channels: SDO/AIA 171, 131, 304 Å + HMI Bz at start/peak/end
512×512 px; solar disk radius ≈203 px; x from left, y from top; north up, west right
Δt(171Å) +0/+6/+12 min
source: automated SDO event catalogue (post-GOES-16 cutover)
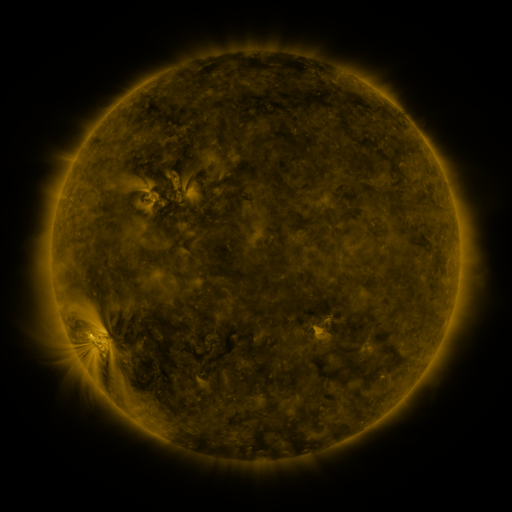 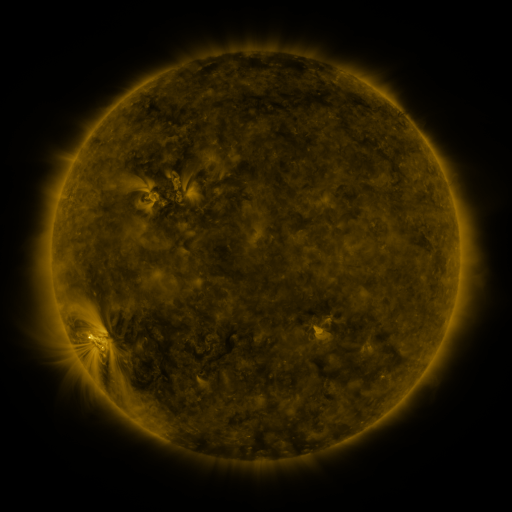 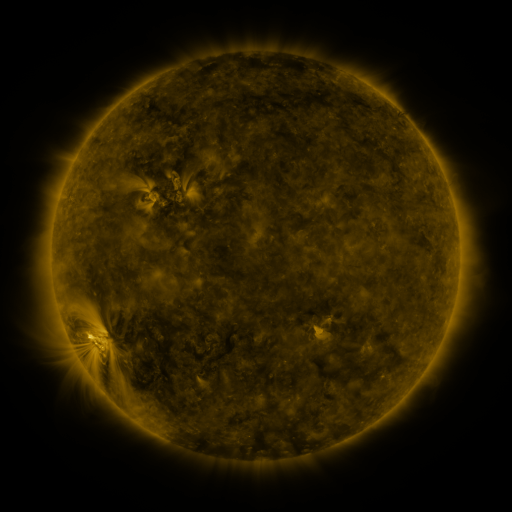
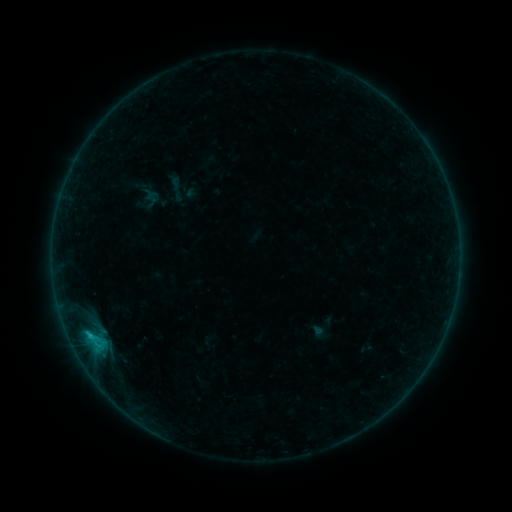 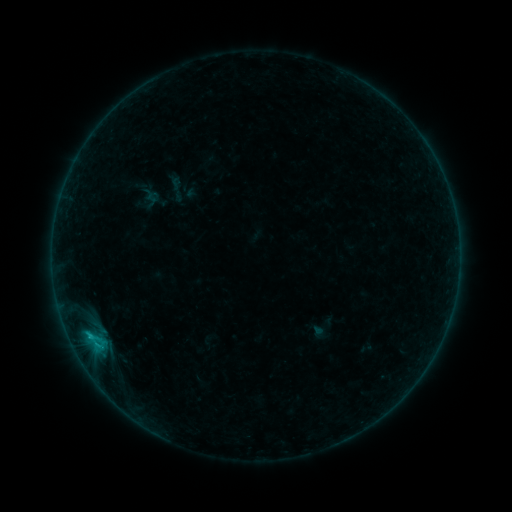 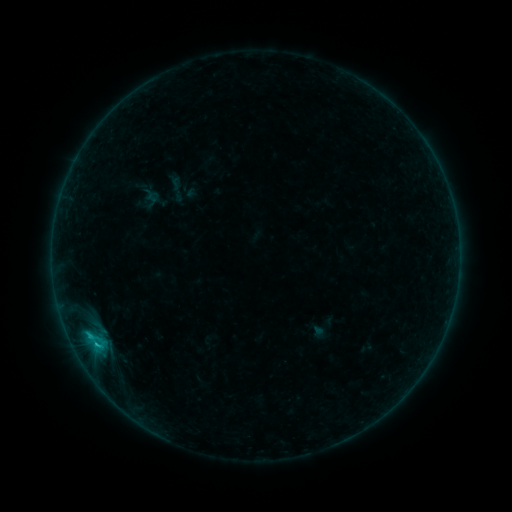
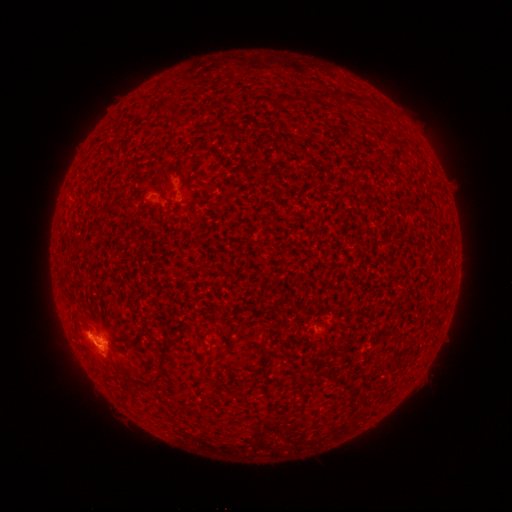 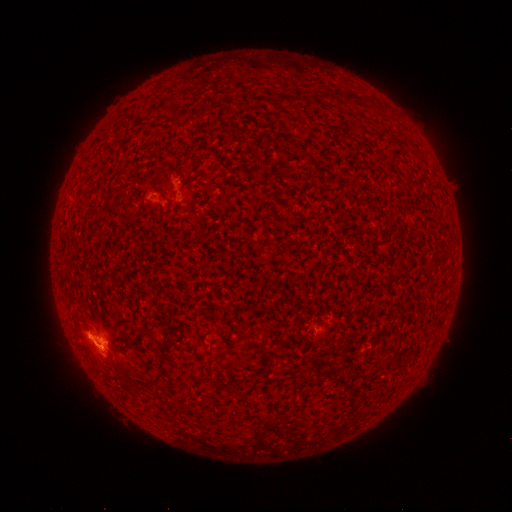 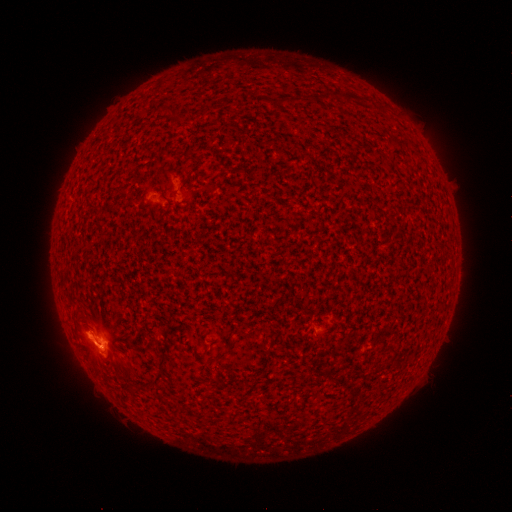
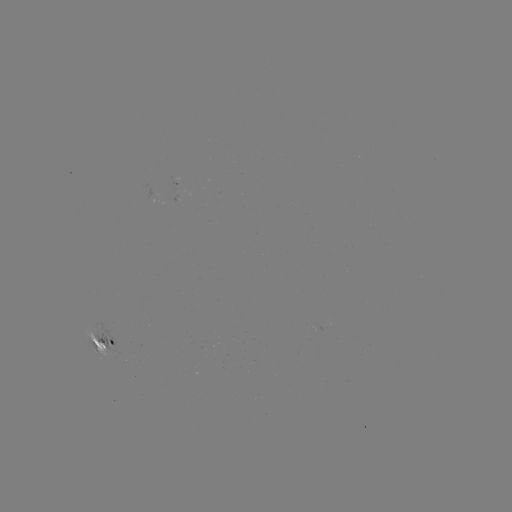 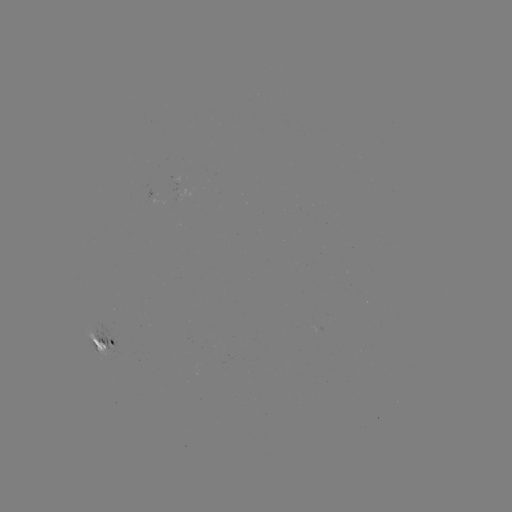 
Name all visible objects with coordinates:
C1.8 flare: (97, 342)
